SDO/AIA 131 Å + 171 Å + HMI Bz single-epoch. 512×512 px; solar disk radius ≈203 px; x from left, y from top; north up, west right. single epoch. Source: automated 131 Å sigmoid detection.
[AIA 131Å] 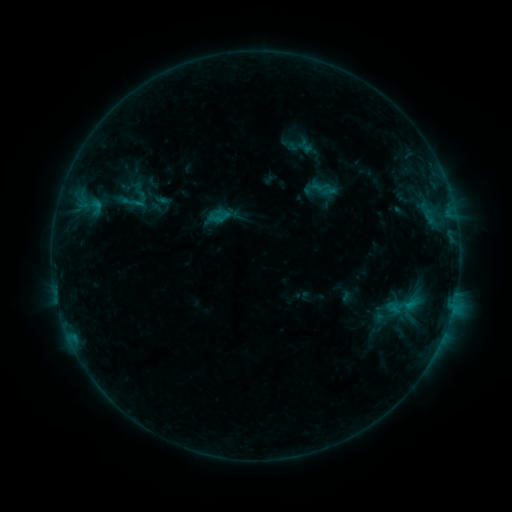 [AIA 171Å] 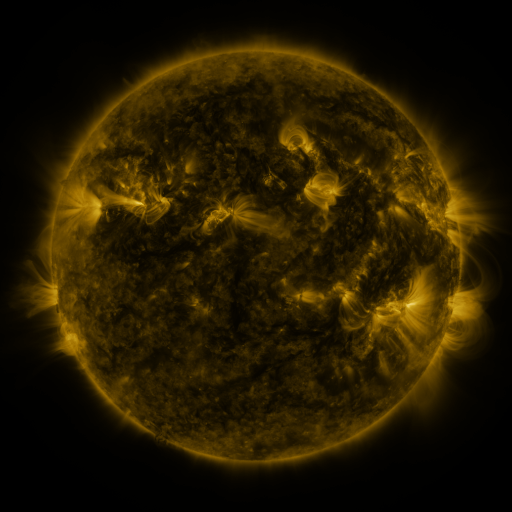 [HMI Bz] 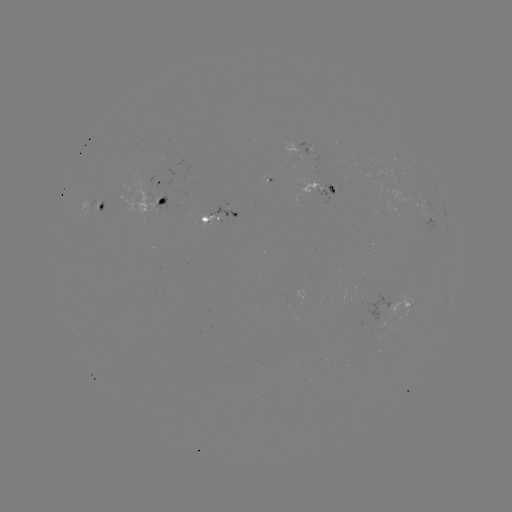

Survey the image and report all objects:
sigmoid: (136, 199)
sigmoid: (401, 306)
